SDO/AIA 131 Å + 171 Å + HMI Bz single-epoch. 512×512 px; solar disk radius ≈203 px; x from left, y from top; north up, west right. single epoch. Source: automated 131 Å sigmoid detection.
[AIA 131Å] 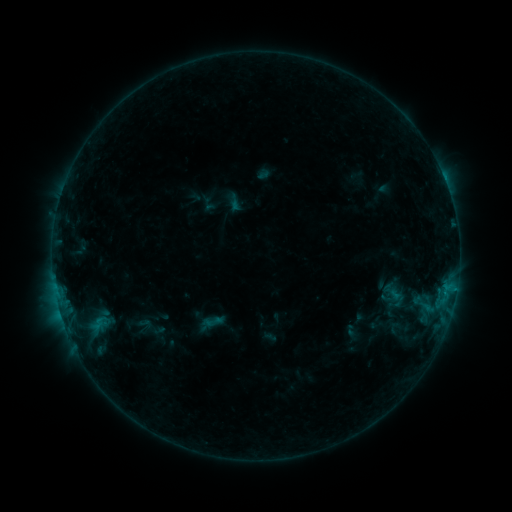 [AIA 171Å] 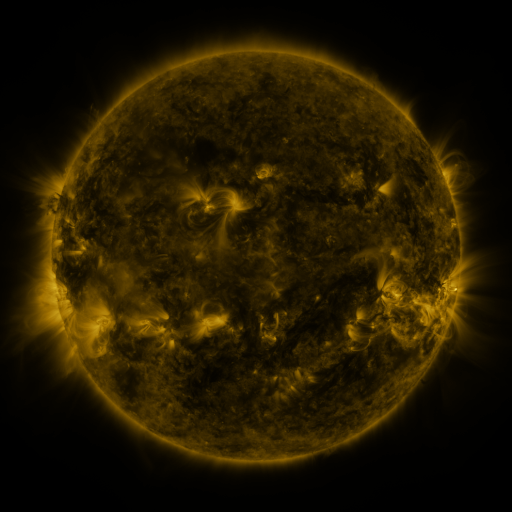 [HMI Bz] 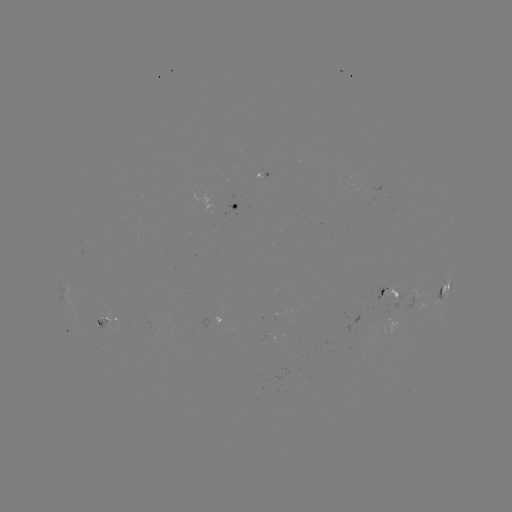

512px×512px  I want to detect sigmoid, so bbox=[202, 311, 224, 332].